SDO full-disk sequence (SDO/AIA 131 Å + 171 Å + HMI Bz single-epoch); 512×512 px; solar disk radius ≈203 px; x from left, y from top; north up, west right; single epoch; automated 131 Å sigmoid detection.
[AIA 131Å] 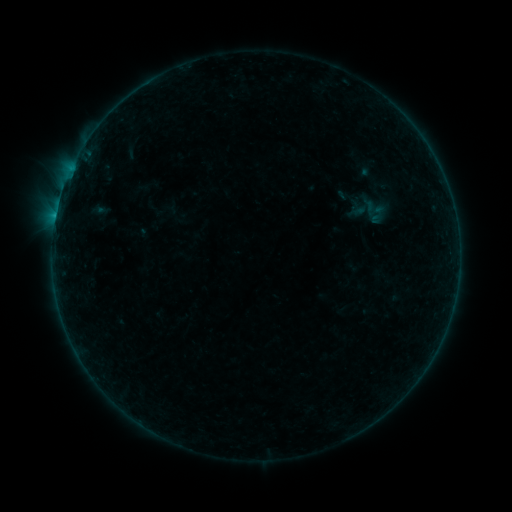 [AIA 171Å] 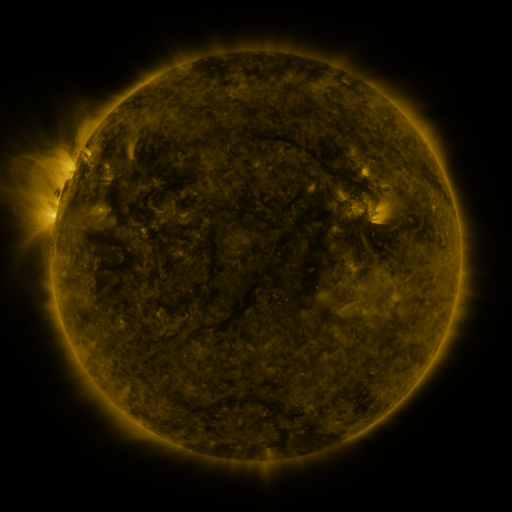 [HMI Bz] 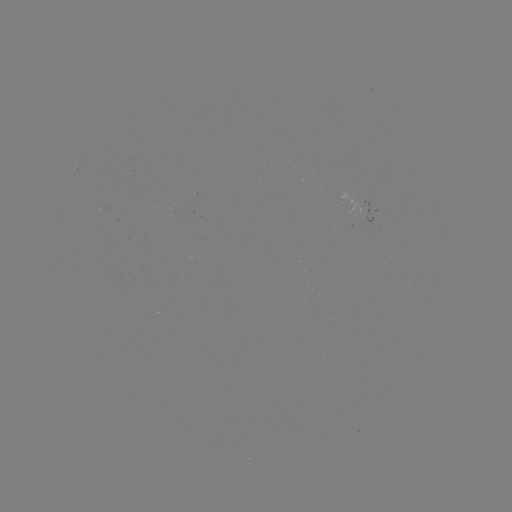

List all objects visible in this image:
sigmoid: [366, 204, 388, 226]
